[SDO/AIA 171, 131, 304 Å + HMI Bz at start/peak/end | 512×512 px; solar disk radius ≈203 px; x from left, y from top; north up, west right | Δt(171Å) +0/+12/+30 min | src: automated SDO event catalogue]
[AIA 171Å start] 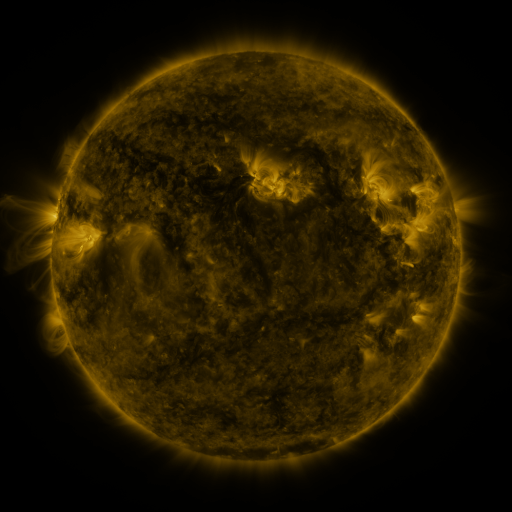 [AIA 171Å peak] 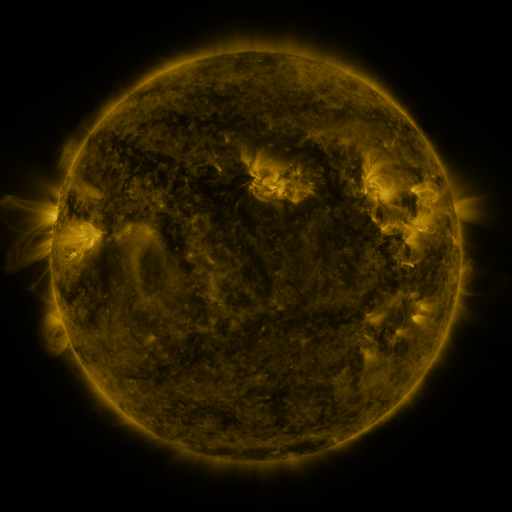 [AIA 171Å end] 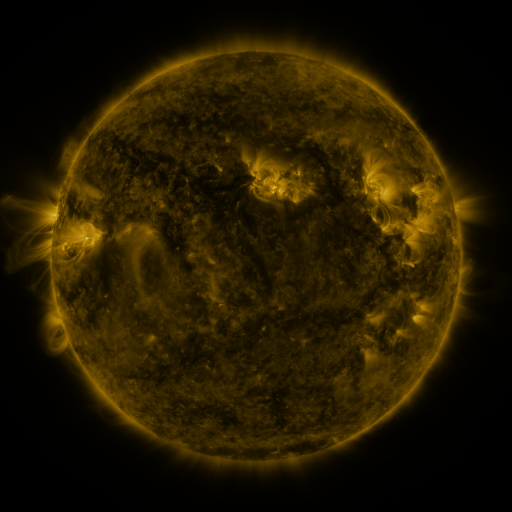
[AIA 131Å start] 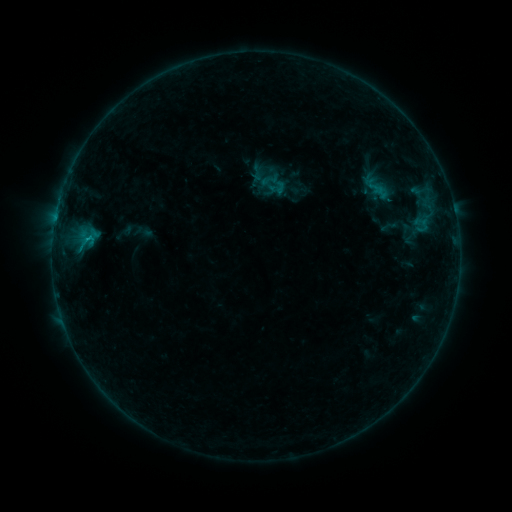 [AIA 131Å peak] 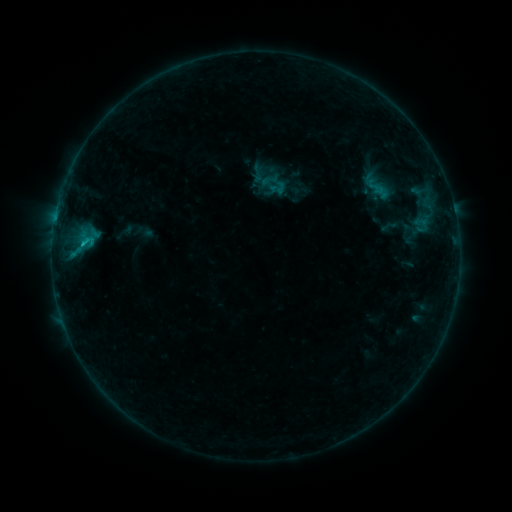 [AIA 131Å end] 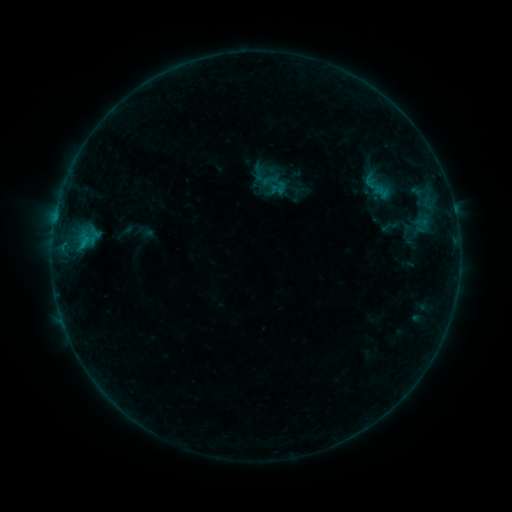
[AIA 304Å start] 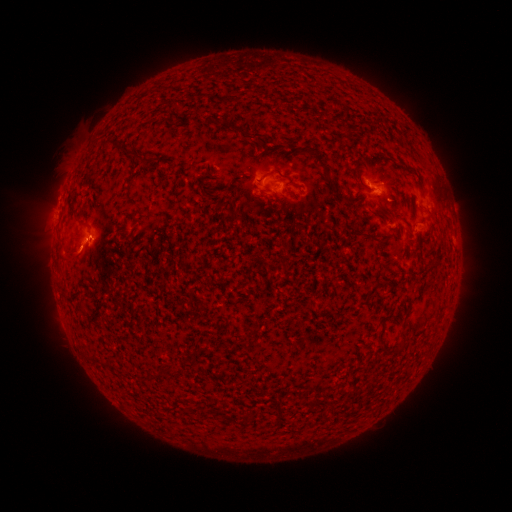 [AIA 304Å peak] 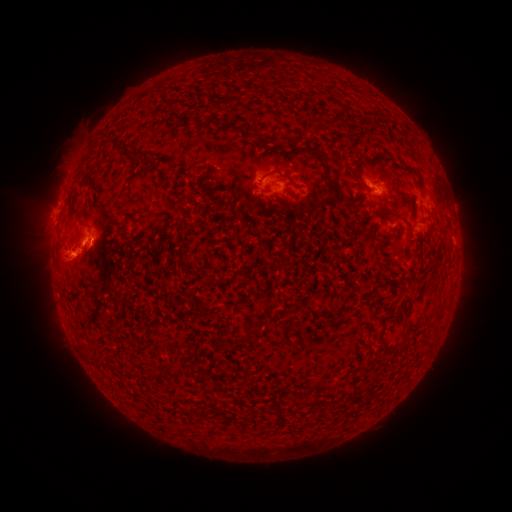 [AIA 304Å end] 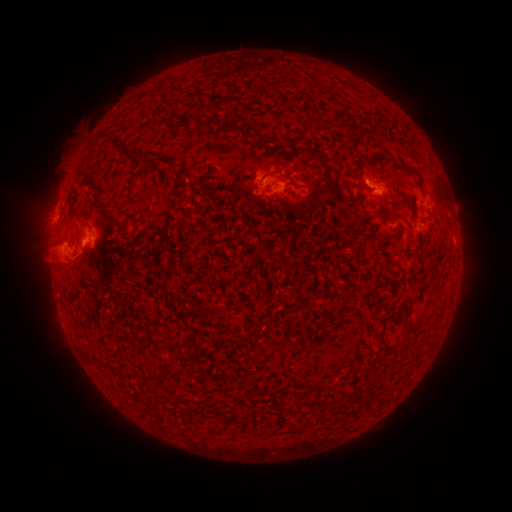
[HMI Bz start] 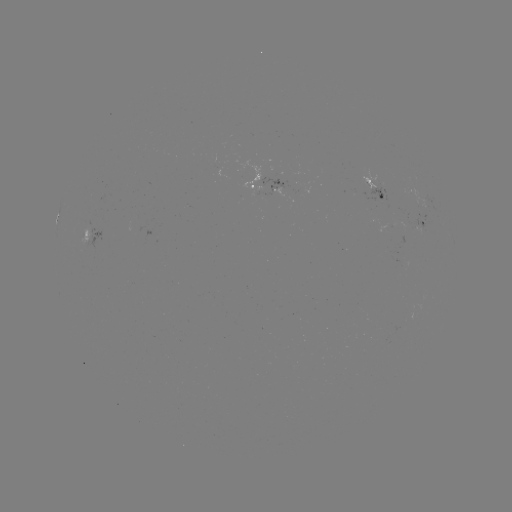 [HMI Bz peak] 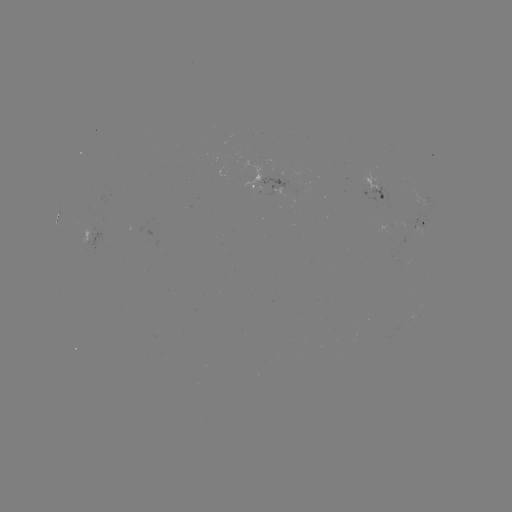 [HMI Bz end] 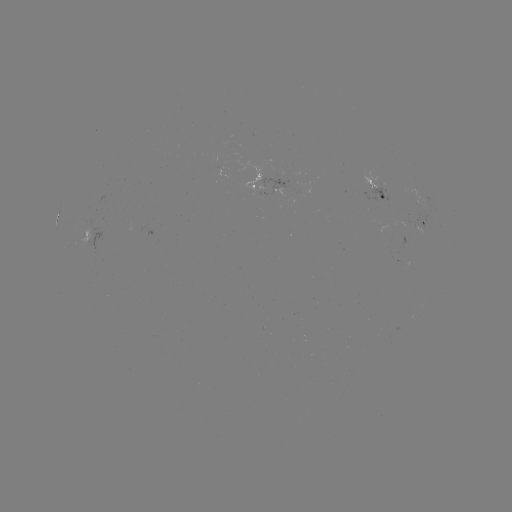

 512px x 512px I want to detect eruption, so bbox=[35, 203, 101, 285].